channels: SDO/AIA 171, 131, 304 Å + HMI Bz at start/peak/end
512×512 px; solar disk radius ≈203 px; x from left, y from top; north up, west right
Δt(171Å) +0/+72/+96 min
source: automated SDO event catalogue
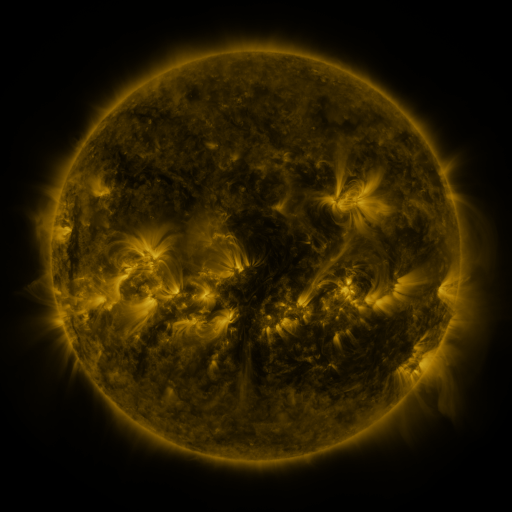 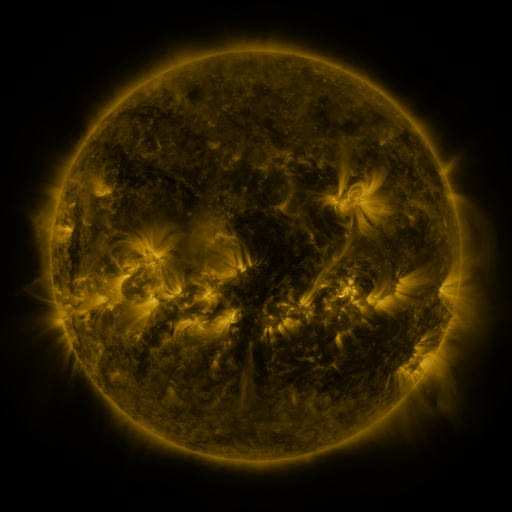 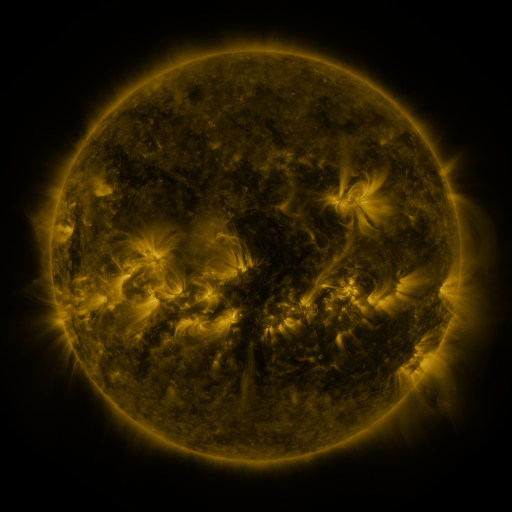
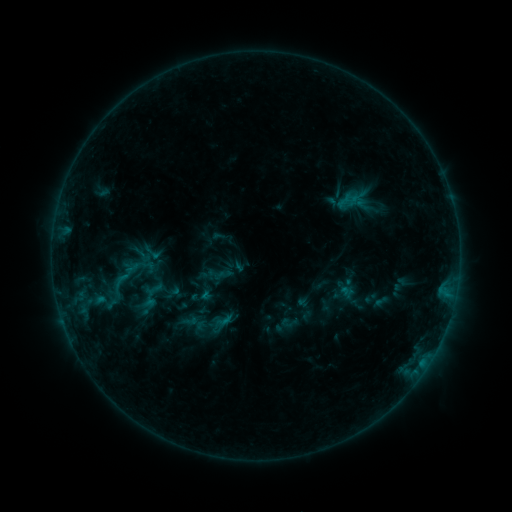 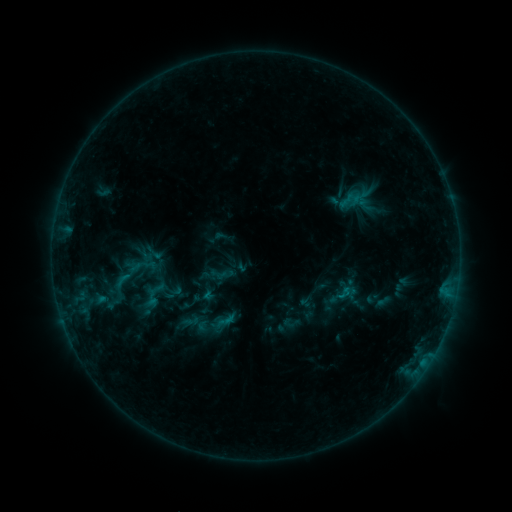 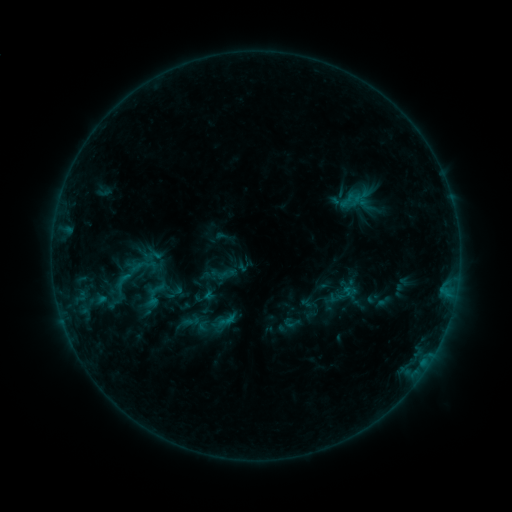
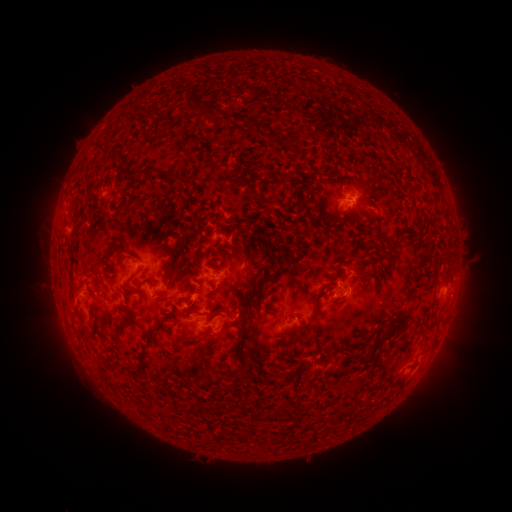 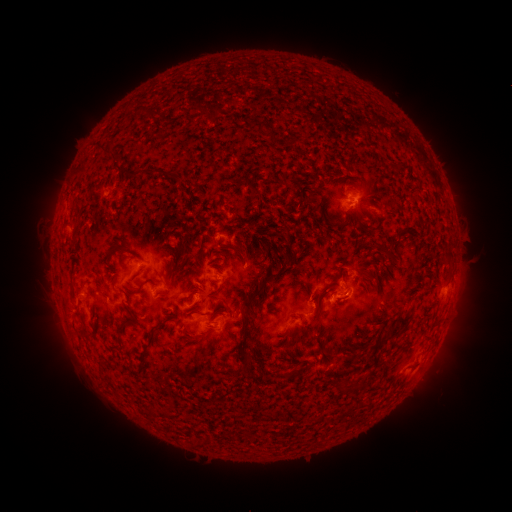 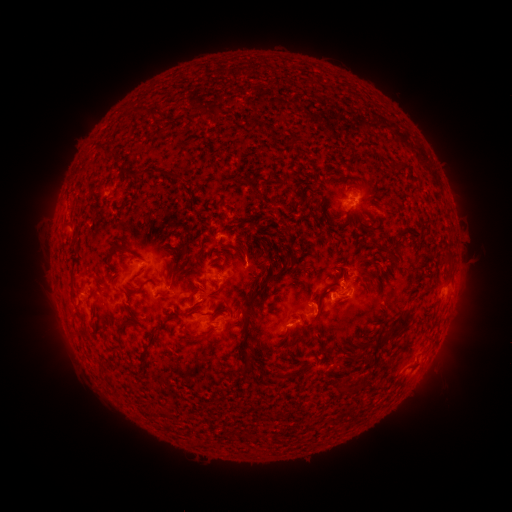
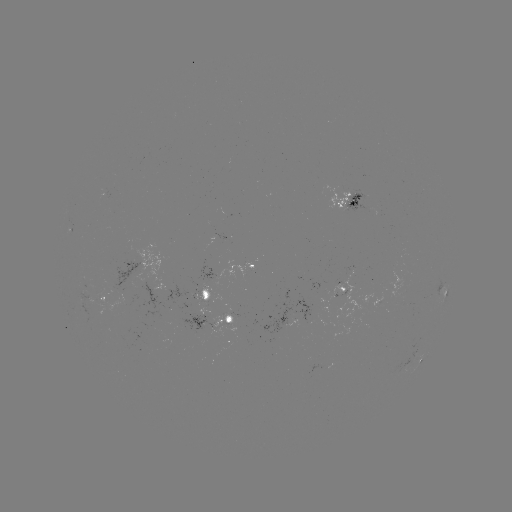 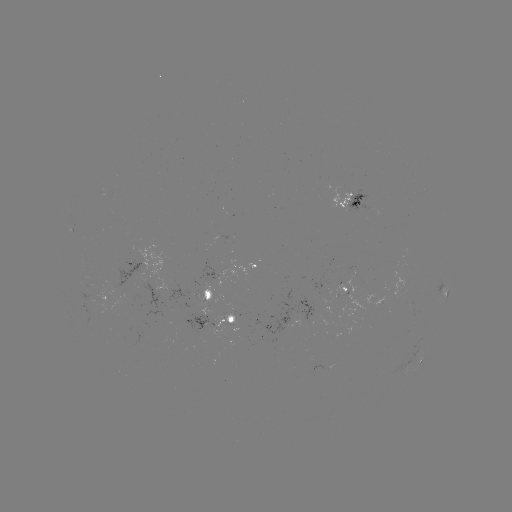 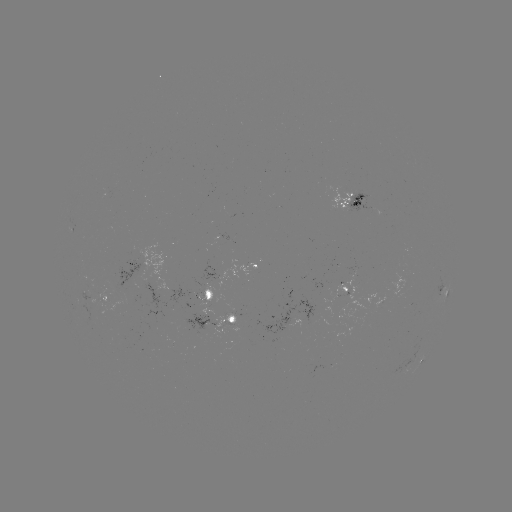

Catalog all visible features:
emerging-flux region: (86, 294)
